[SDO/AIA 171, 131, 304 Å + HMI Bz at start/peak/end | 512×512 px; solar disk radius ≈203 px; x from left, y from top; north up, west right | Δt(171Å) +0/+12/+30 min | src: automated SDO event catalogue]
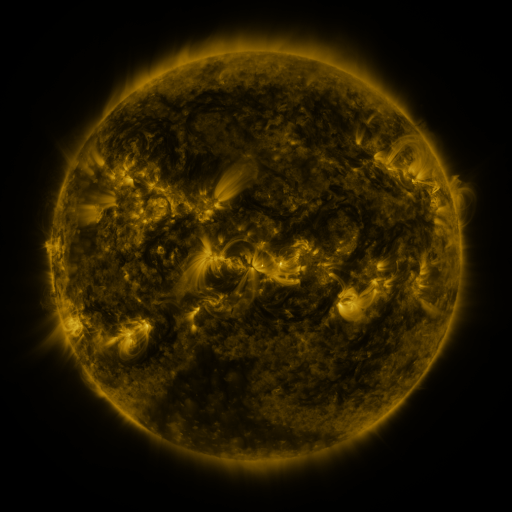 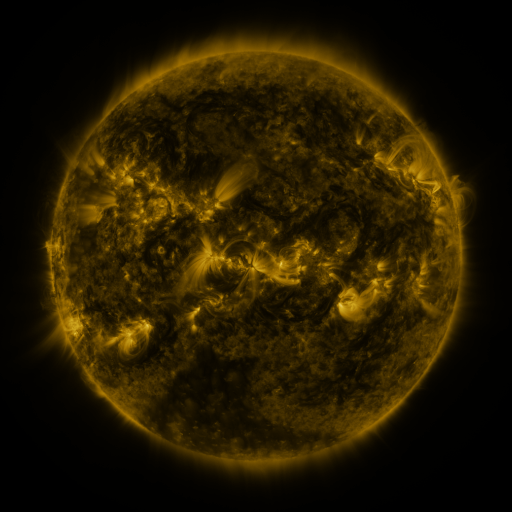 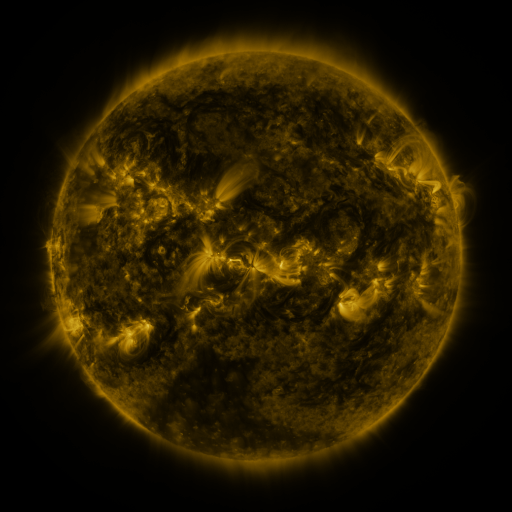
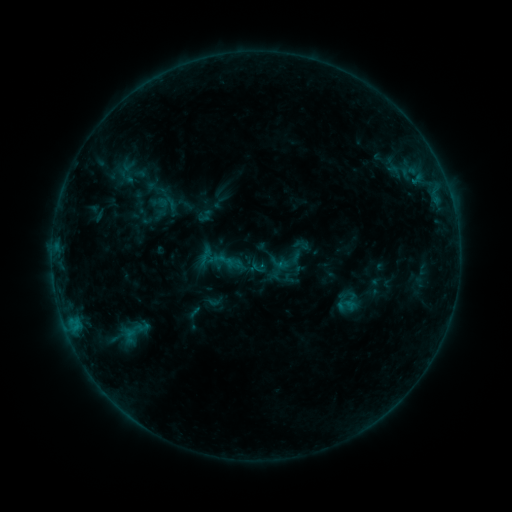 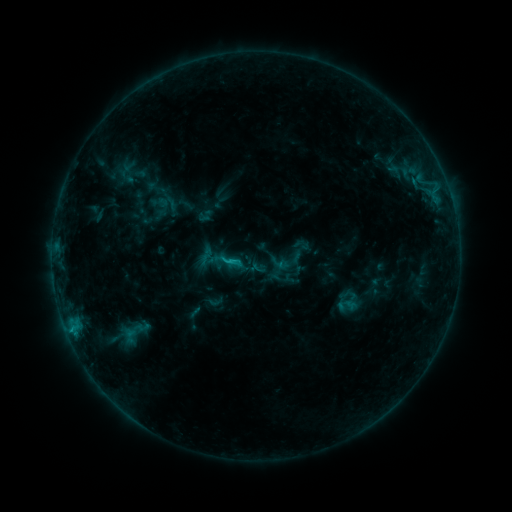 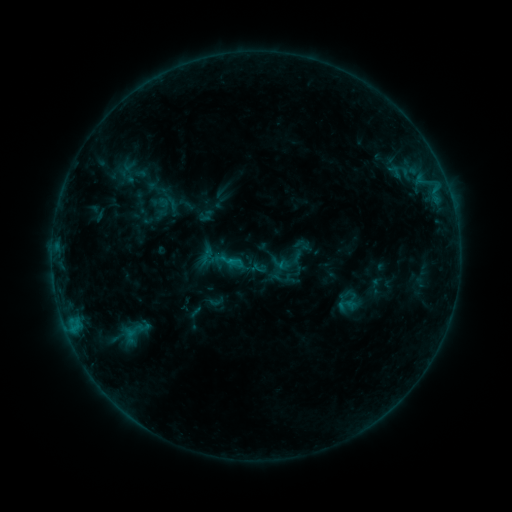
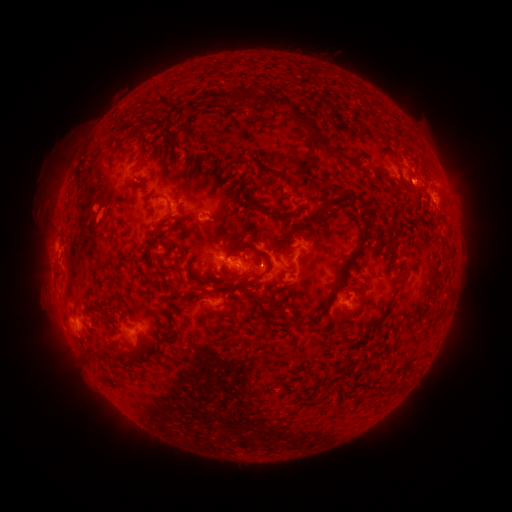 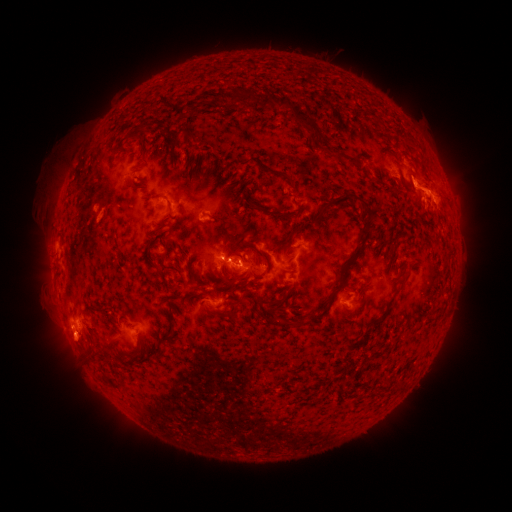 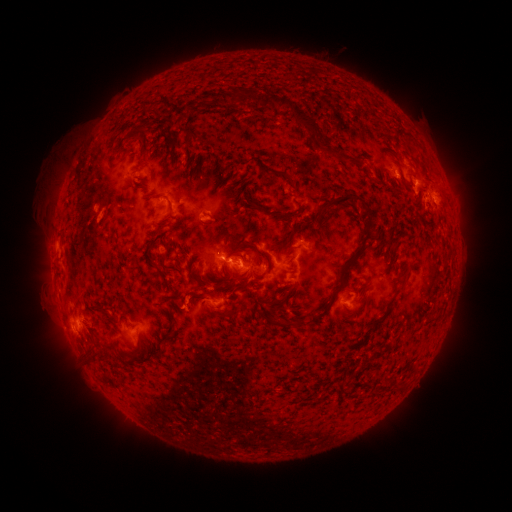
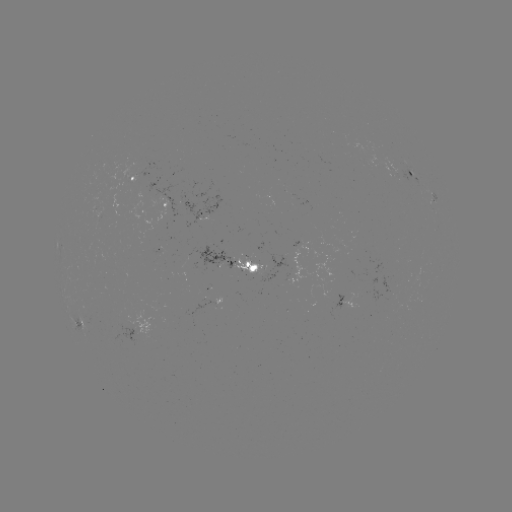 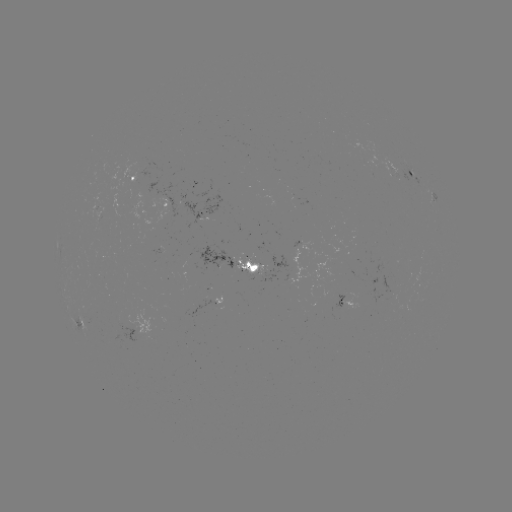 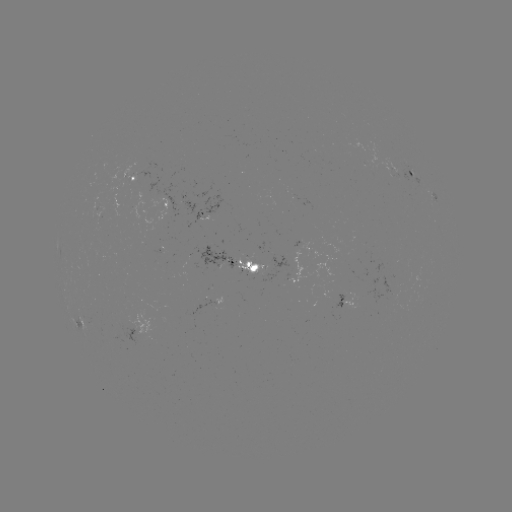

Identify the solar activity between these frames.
C1.2 flare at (234, 260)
